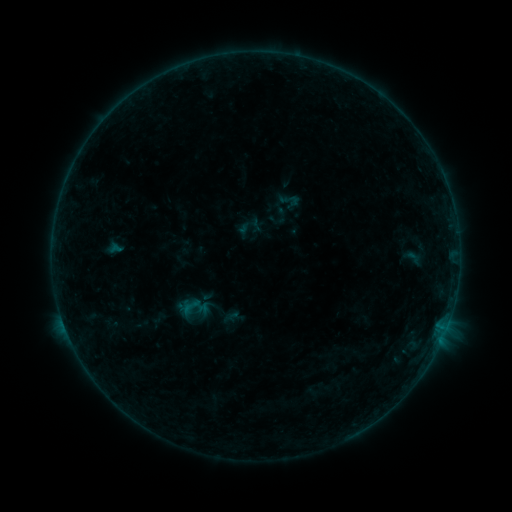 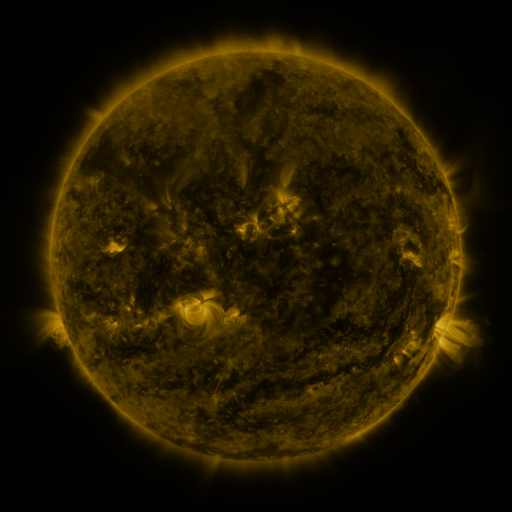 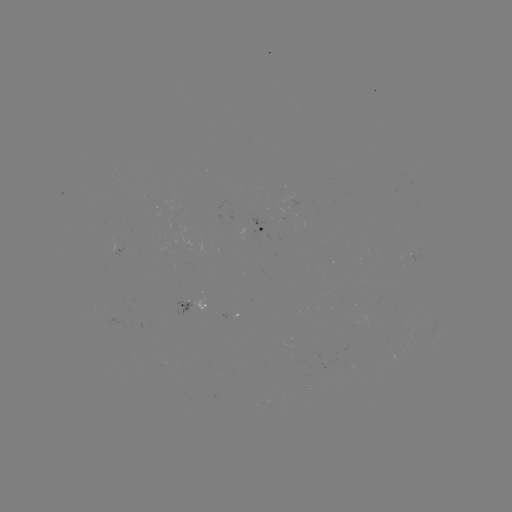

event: sigmoid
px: (191, 307)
